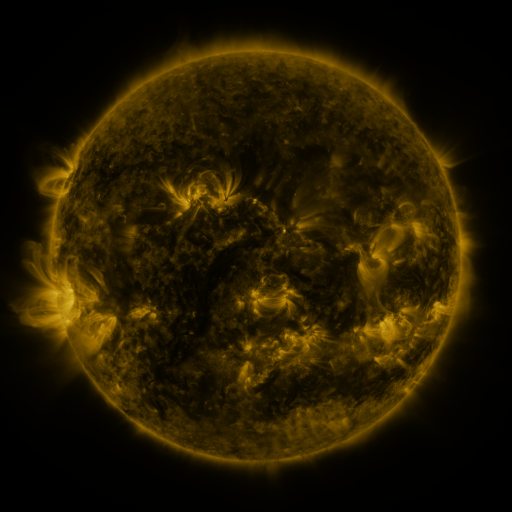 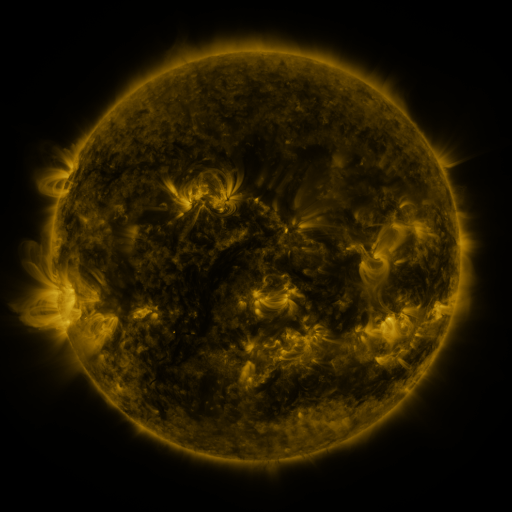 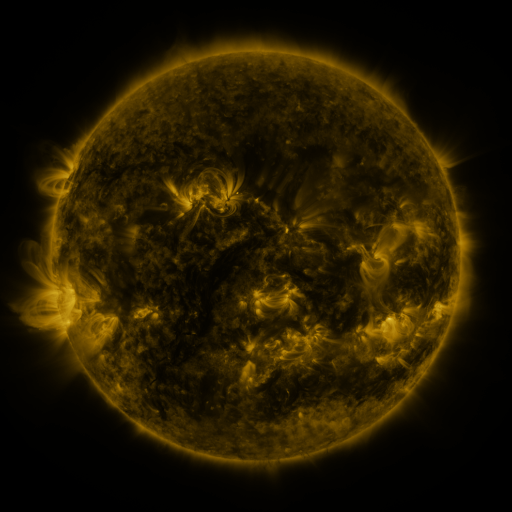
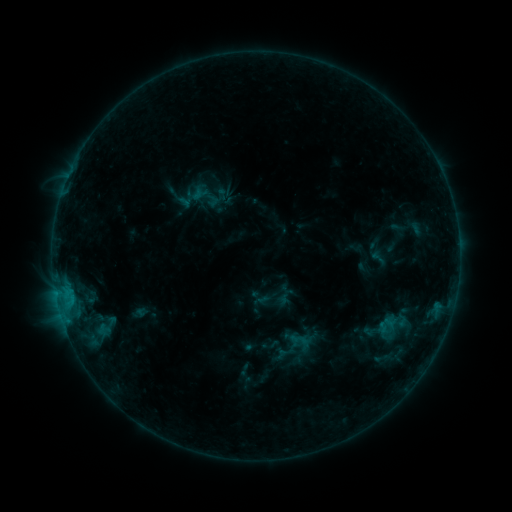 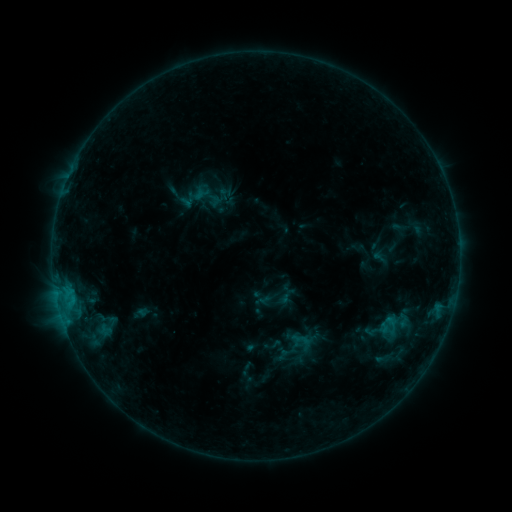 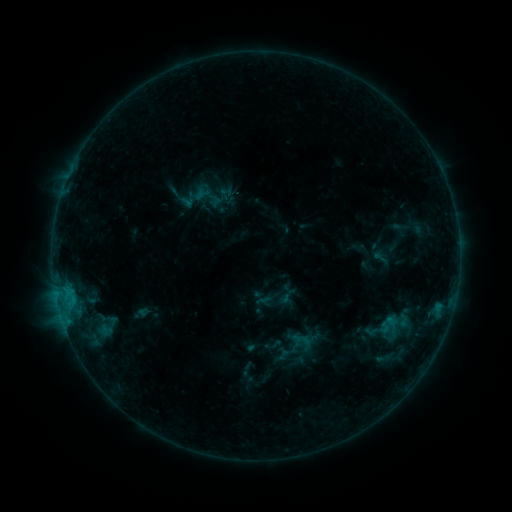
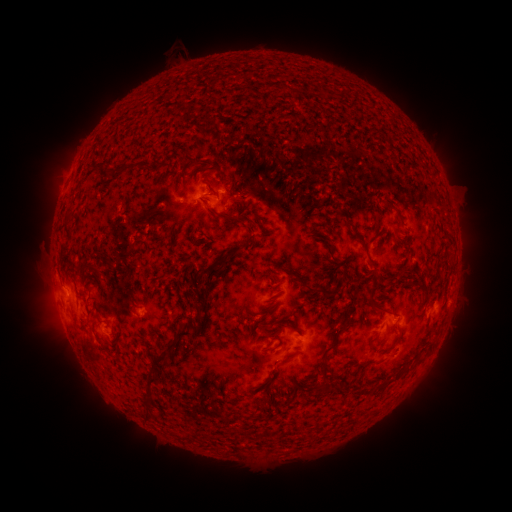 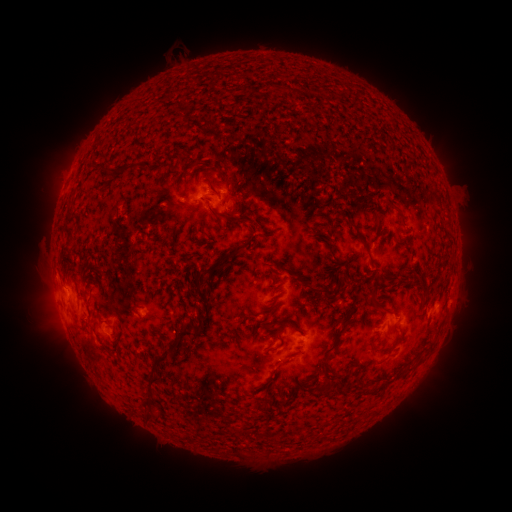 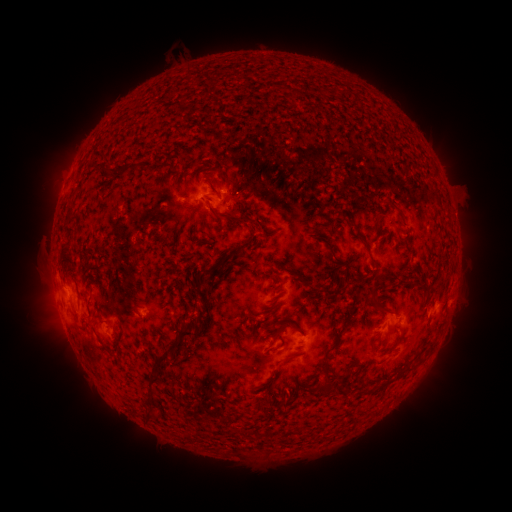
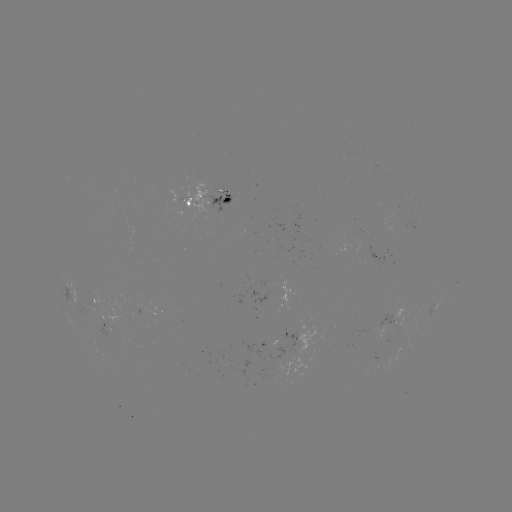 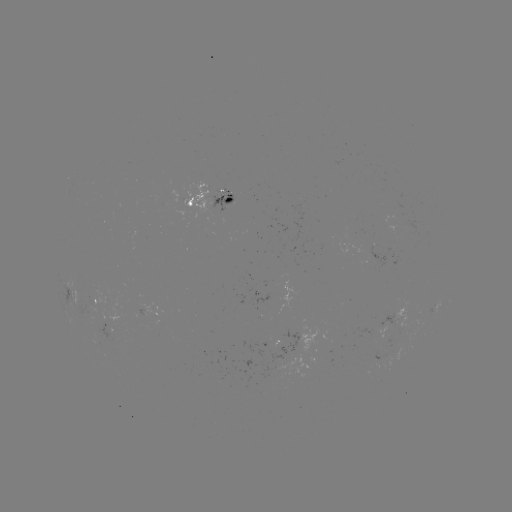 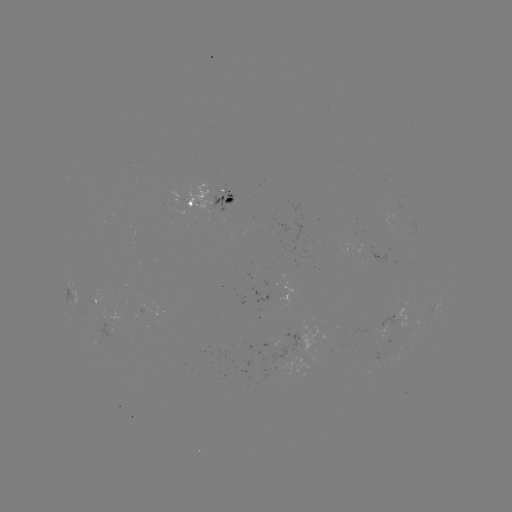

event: emerging-flux region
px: (404, 218)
